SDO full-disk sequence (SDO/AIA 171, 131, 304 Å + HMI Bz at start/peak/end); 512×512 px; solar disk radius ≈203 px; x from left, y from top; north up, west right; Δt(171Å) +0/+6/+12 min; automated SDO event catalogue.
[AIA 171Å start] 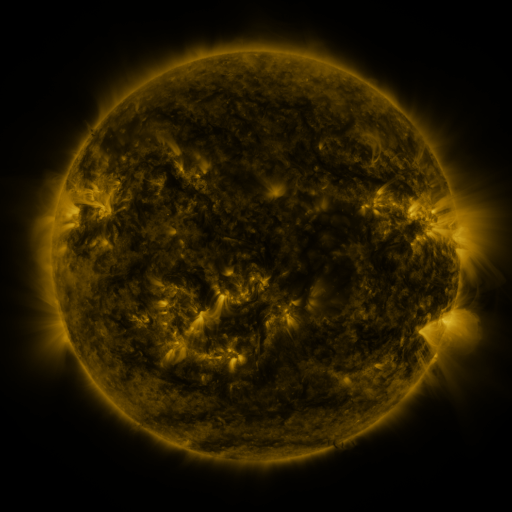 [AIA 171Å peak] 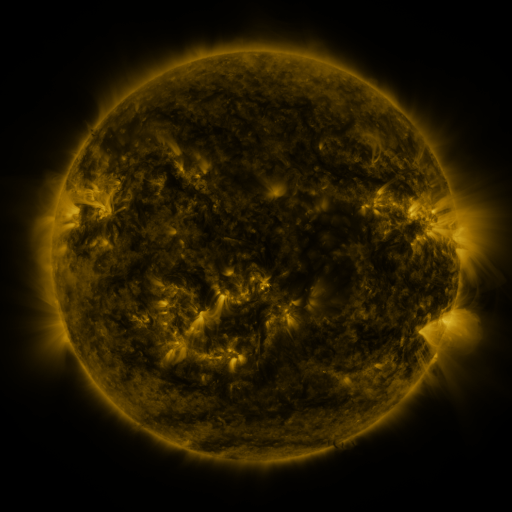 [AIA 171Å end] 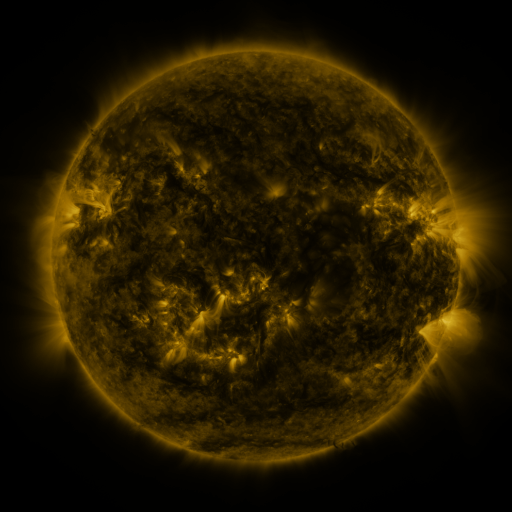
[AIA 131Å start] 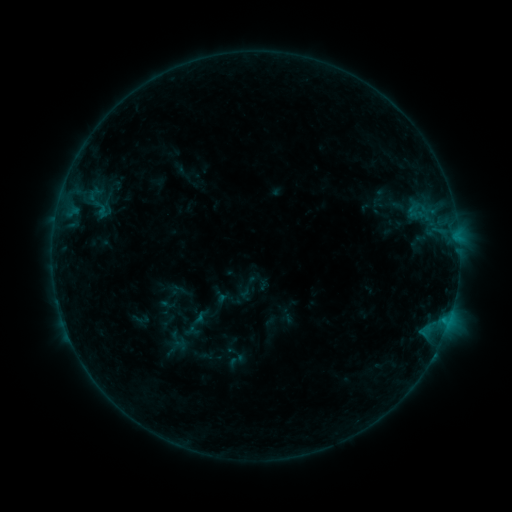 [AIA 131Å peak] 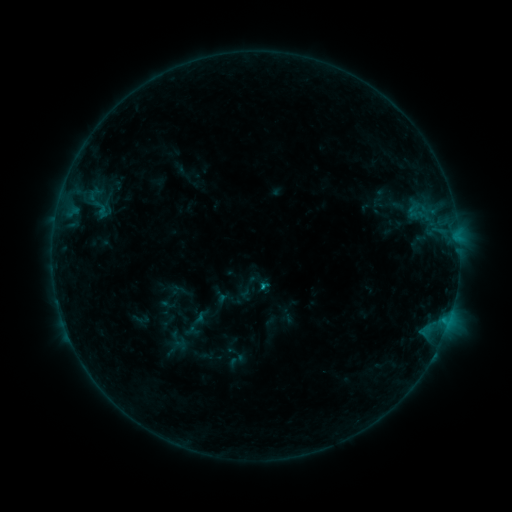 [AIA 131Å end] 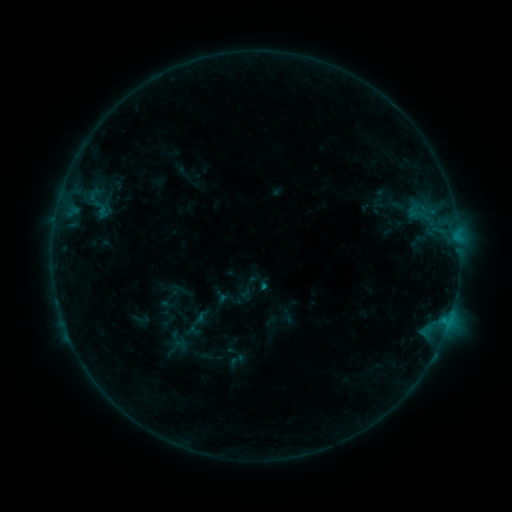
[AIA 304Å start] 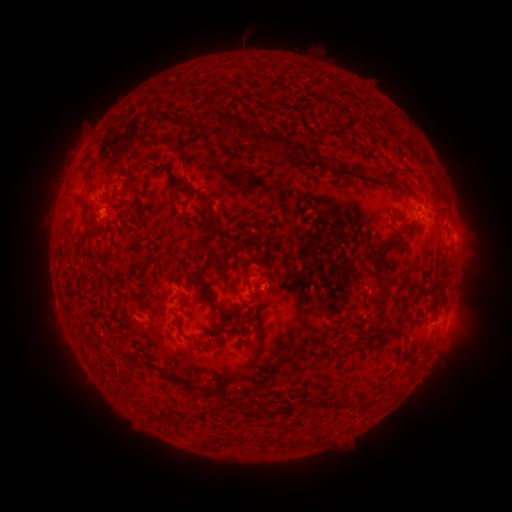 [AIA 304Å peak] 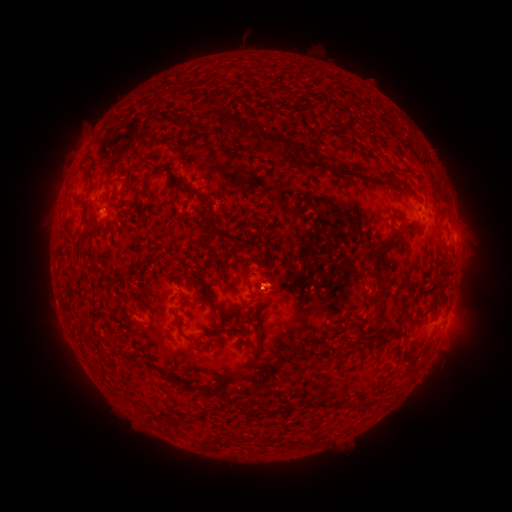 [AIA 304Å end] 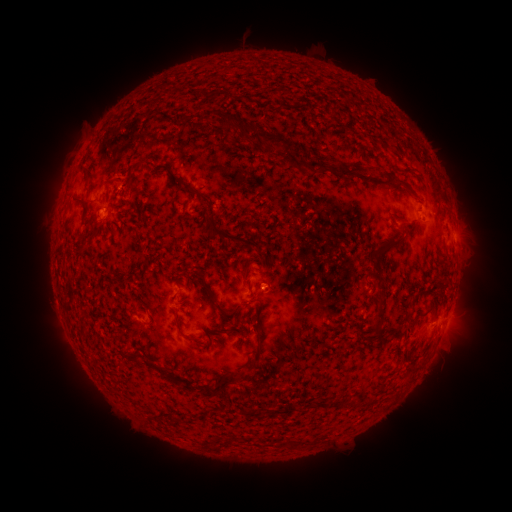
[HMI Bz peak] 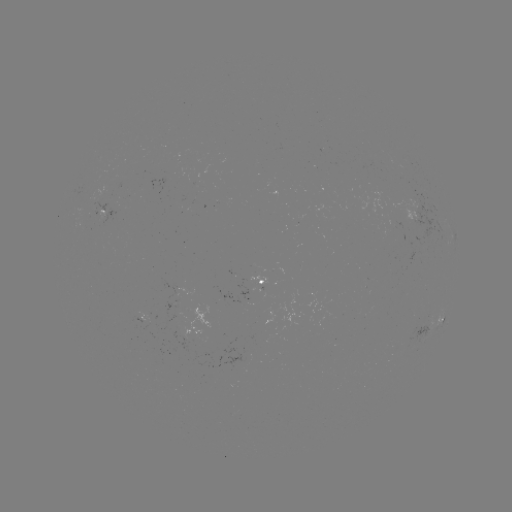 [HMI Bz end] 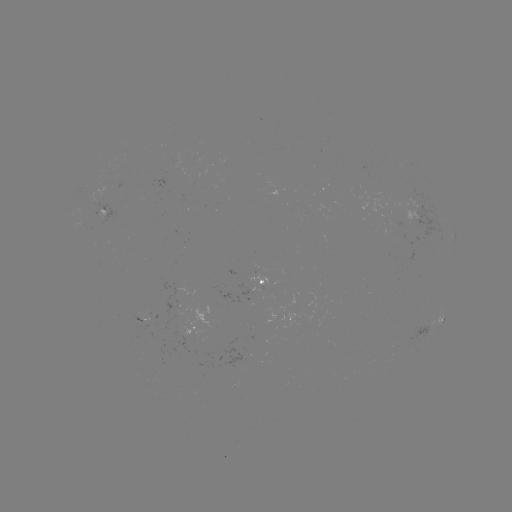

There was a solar flare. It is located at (259, 285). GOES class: B4.6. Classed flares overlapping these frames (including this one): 1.